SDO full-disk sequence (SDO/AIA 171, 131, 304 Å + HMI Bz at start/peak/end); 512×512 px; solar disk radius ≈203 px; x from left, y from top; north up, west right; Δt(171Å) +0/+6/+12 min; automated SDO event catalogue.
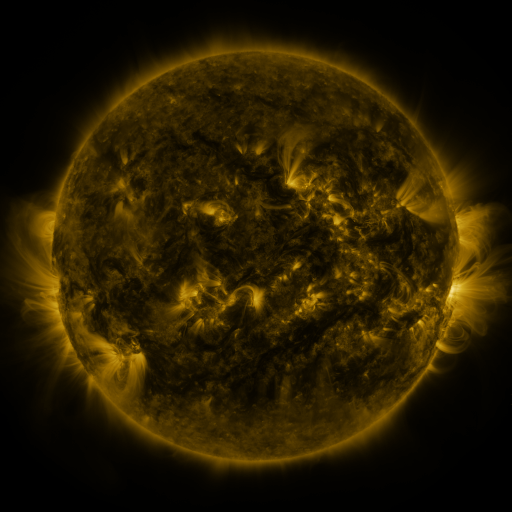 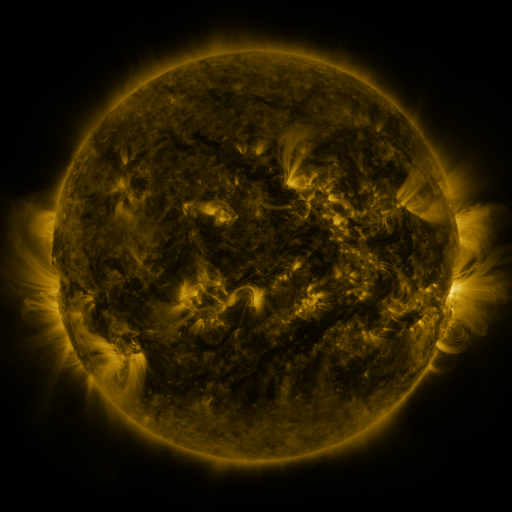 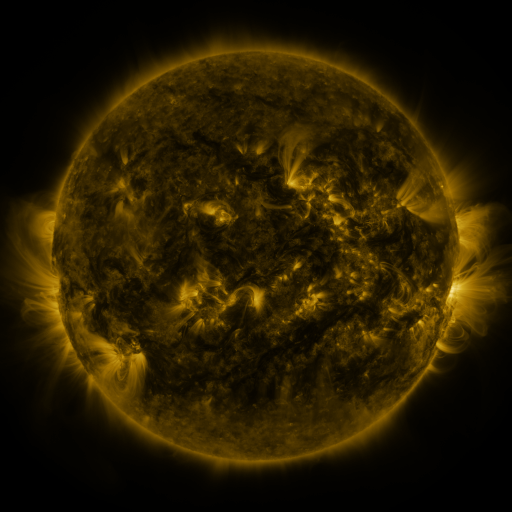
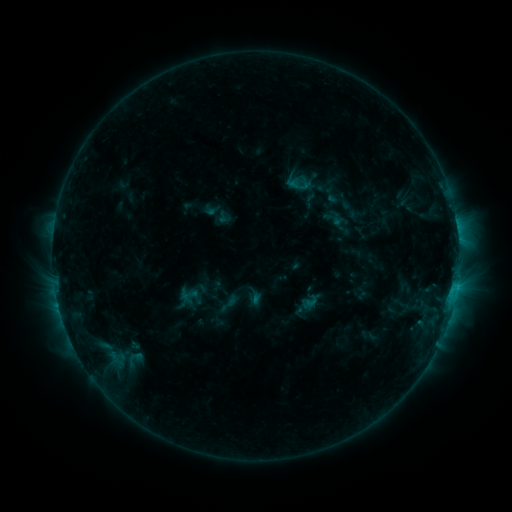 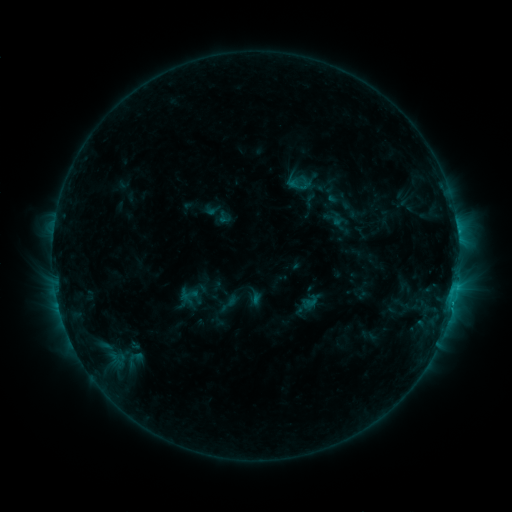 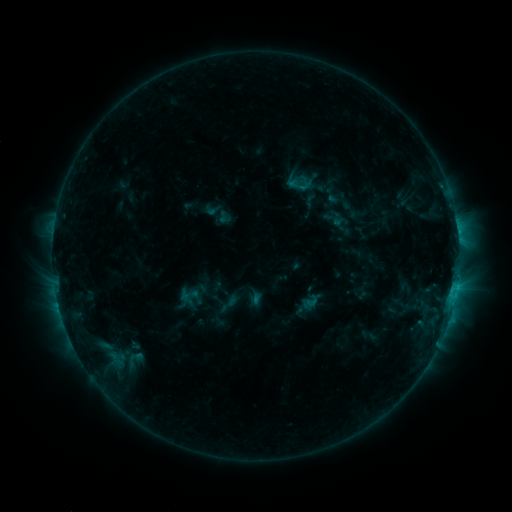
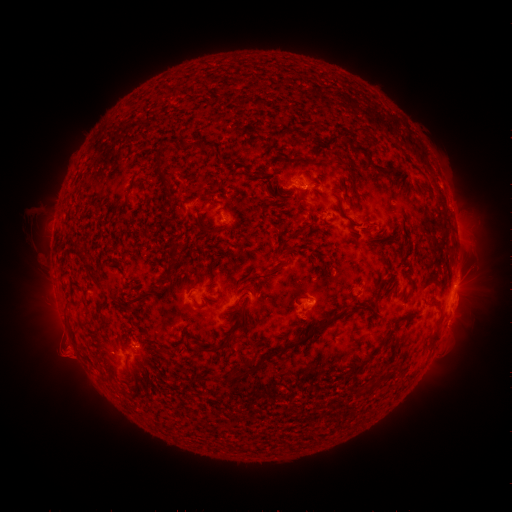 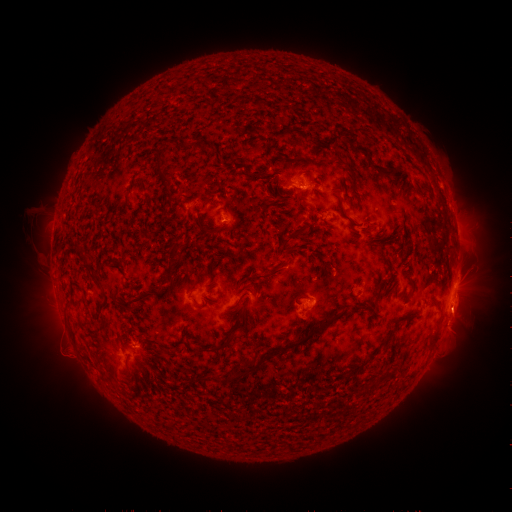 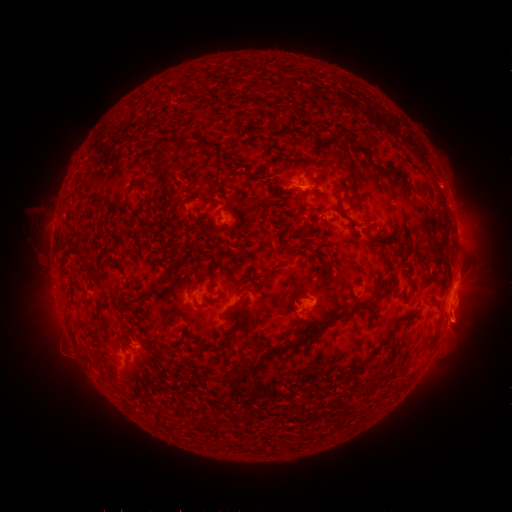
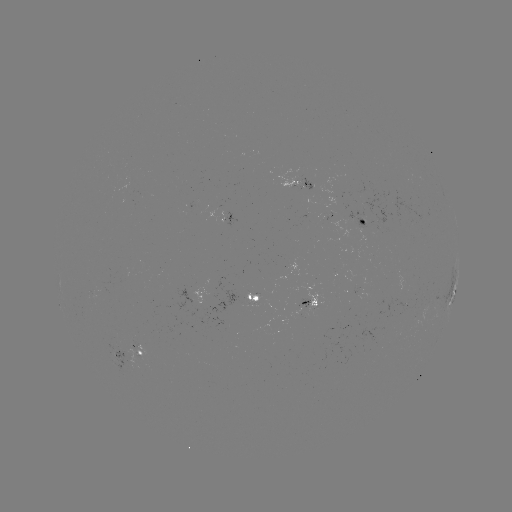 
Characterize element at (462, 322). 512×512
eruption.